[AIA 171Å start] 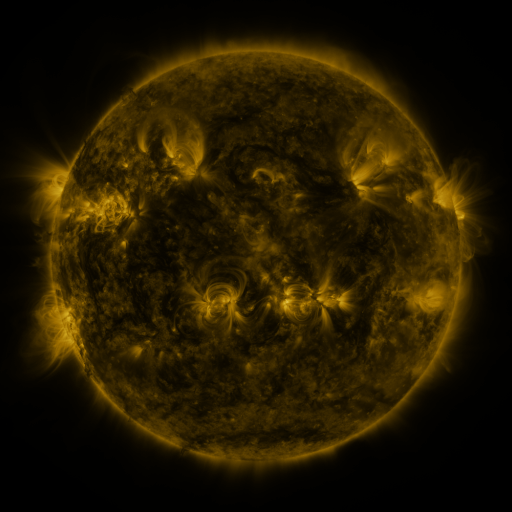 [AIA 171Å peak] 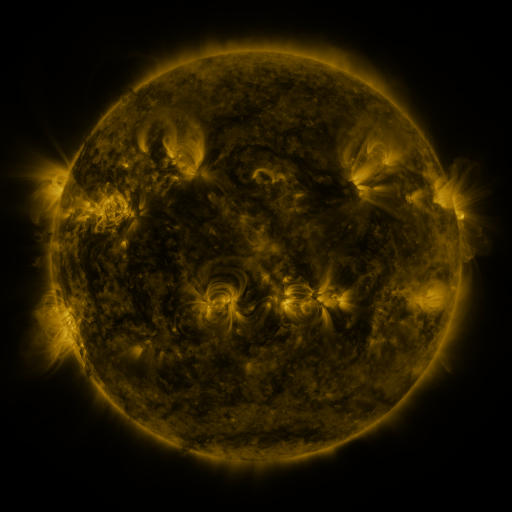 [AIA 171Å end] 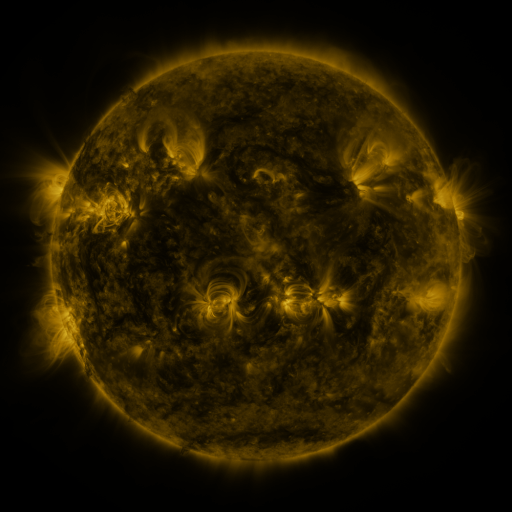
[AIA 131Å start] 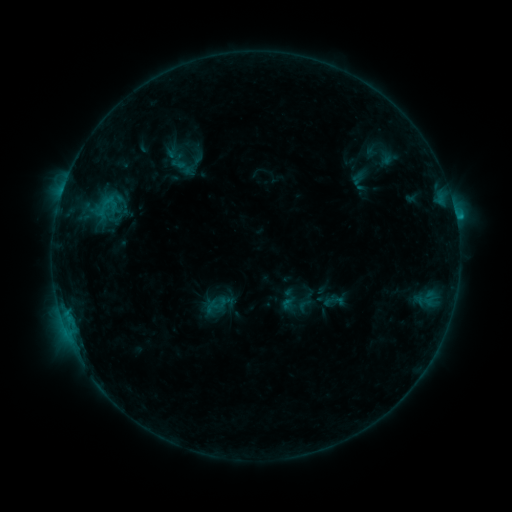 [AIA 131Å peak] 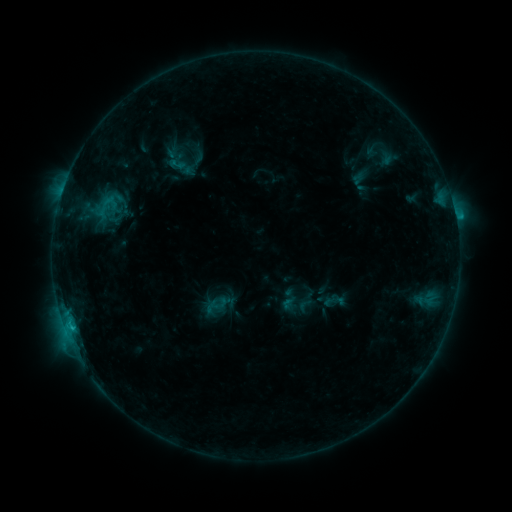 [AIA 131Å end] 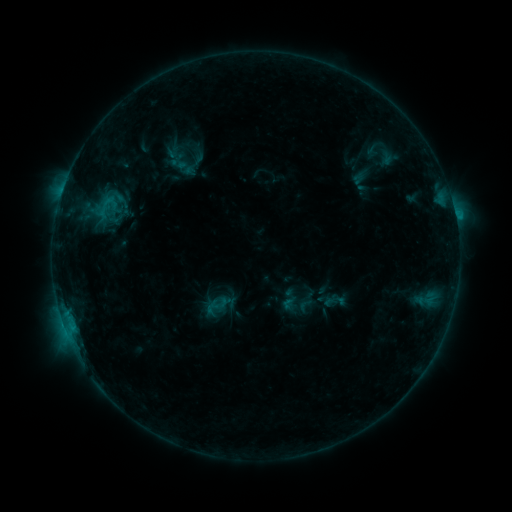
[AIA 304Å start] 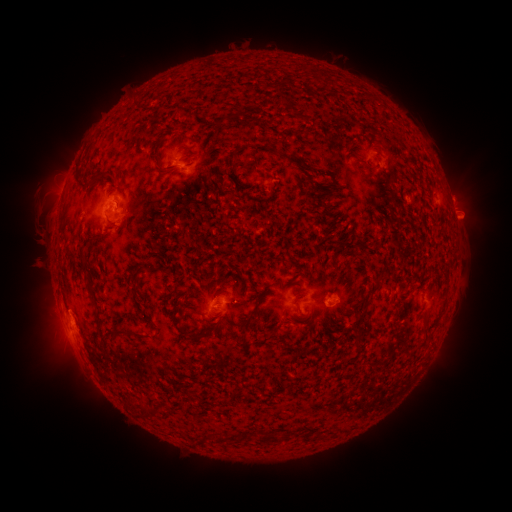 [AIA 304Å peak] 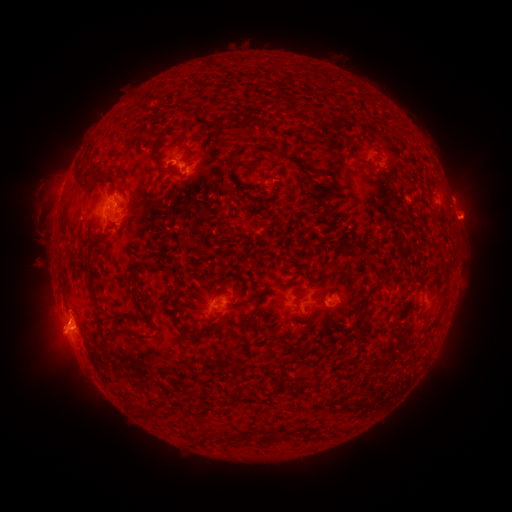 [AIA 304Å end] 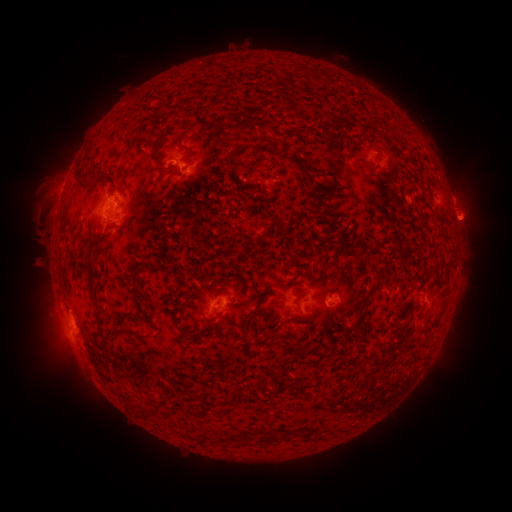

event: flare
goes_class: C1.5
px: (71, 325)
